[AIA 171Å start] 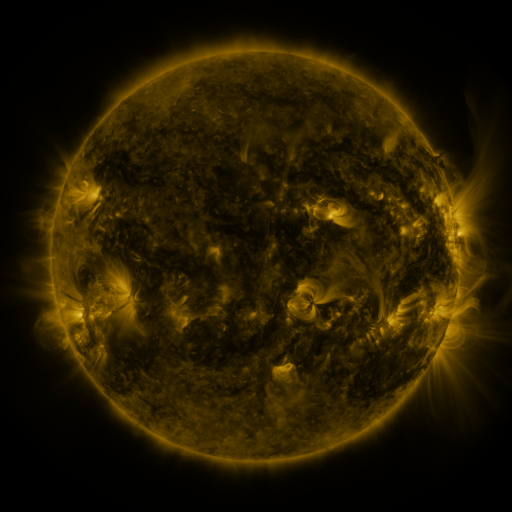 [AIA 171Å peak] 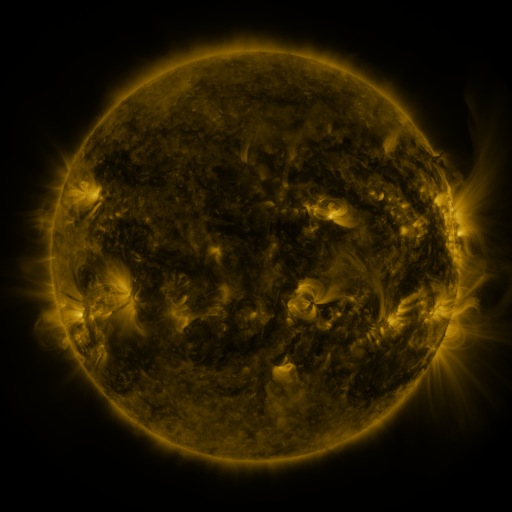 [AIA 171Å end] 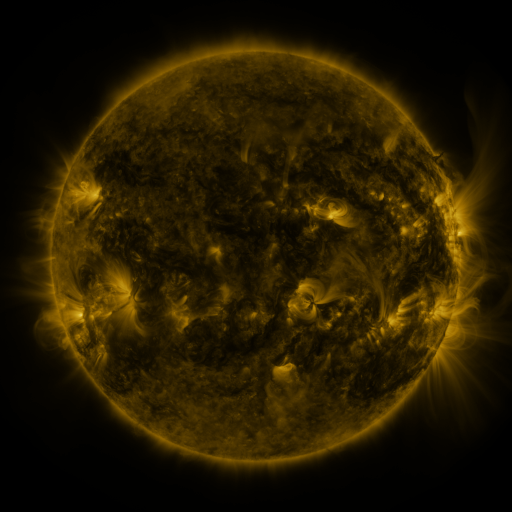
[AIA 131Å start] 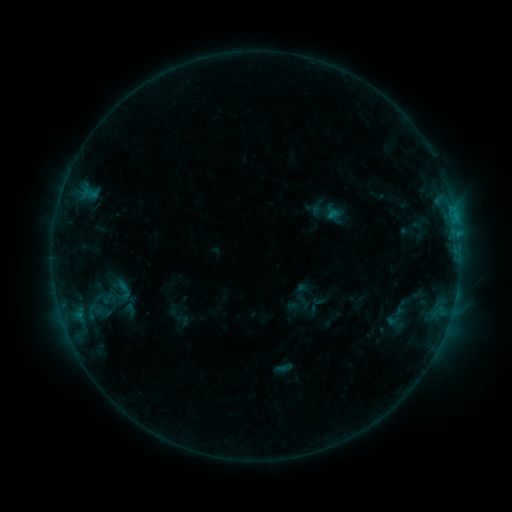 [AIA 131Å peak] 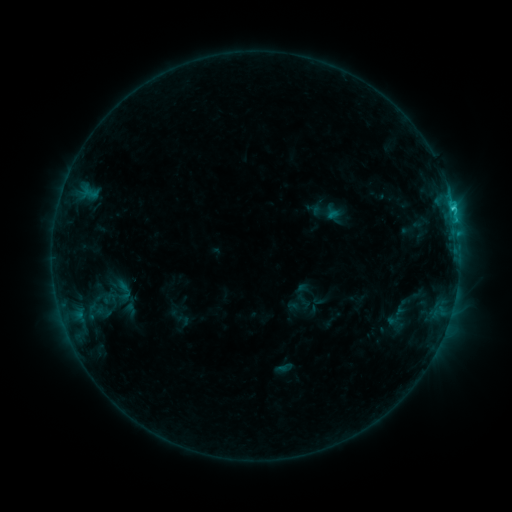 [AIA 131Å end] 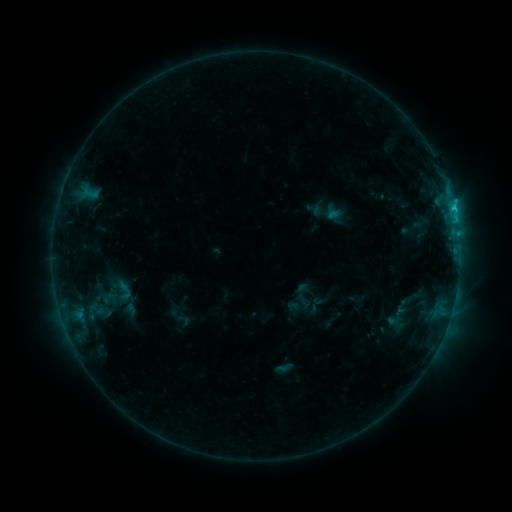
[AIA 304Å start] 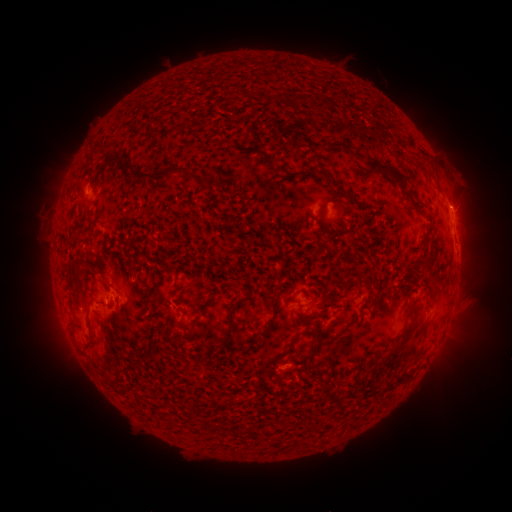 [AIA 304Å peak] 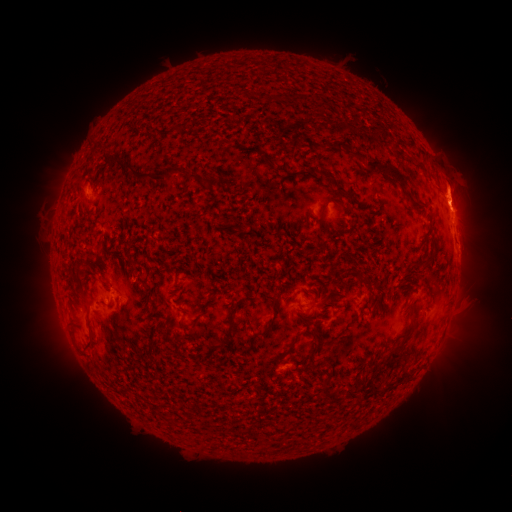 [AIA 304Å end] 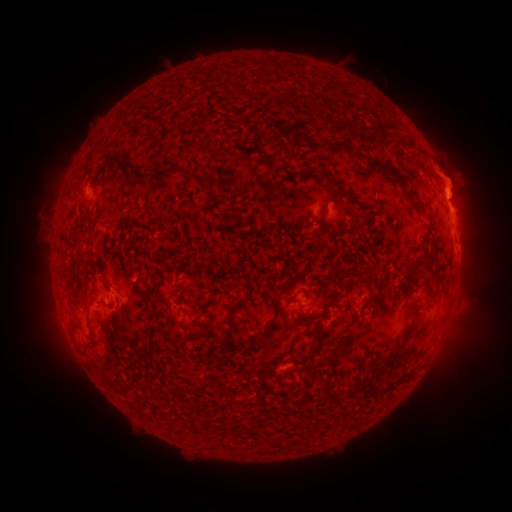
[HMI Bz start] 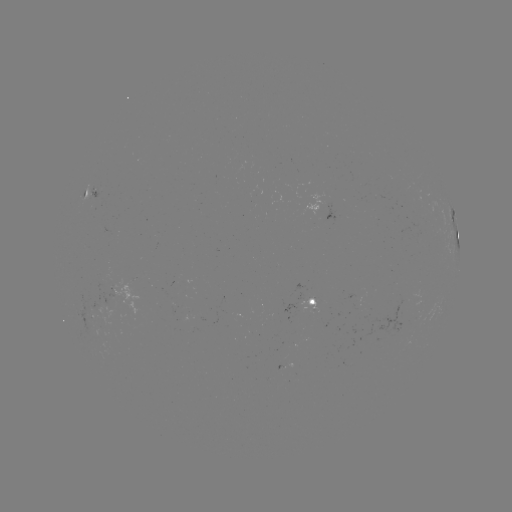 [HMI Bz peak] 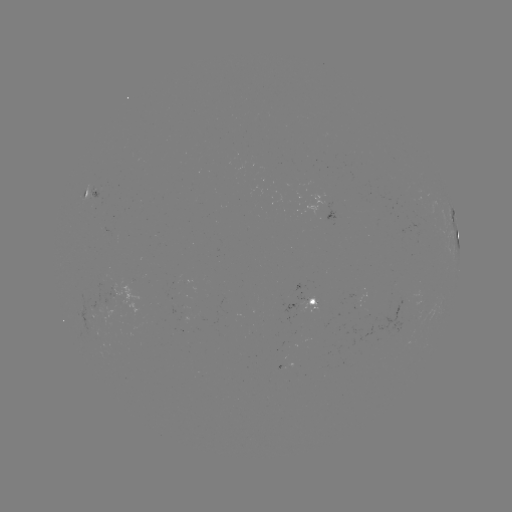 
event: flare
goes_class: C1.3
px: (453, 210)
